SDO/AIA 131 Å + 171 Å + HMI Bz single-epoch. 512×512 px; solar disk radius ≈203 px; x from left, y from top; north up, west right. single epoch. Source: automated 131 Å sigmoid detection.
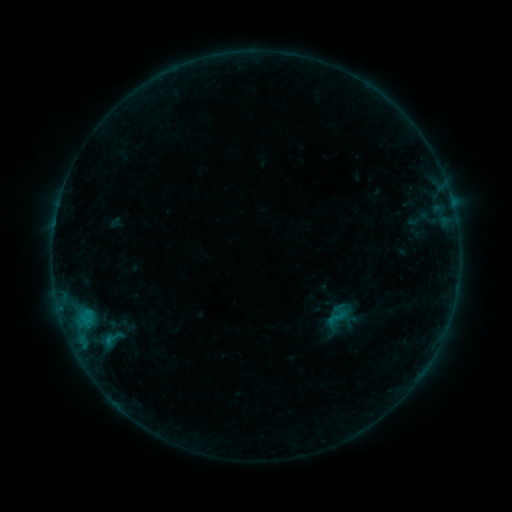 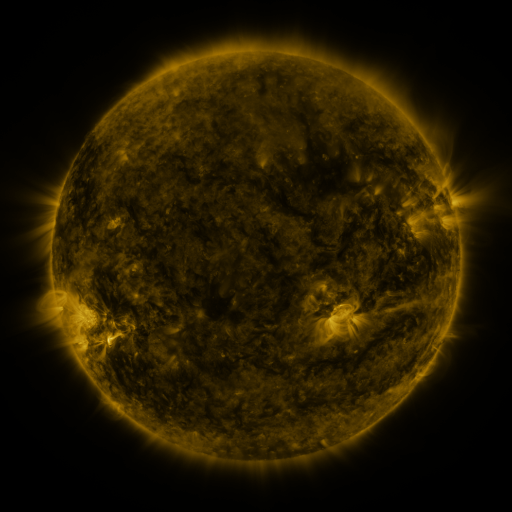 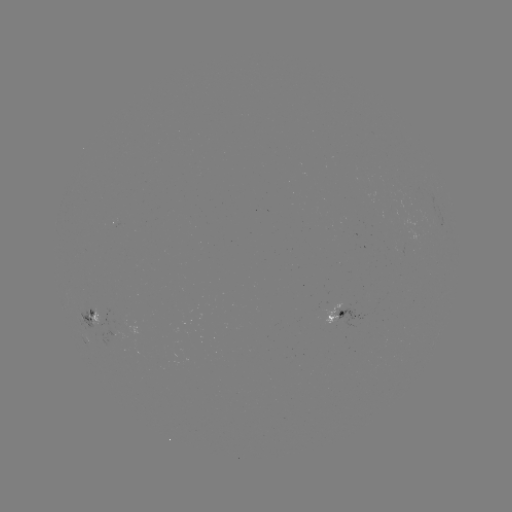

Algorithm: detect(sigmoid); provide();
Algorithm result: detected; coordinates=(116, 339)